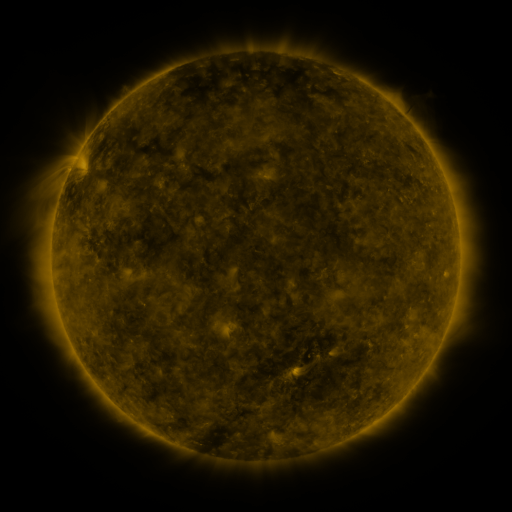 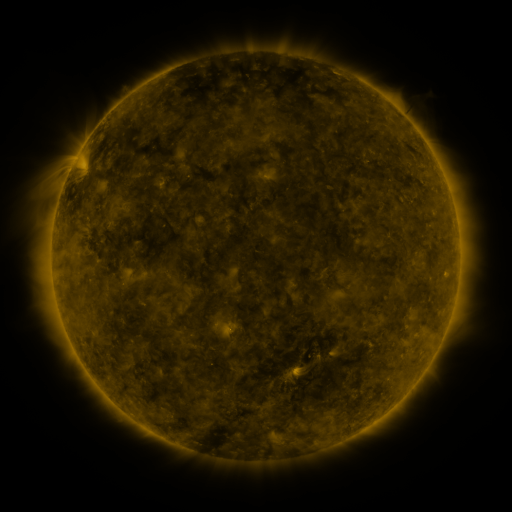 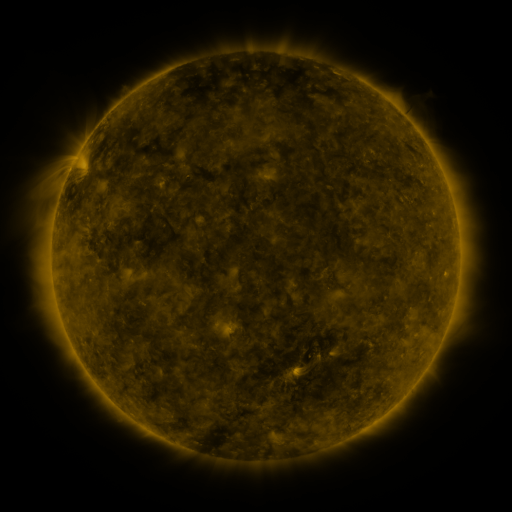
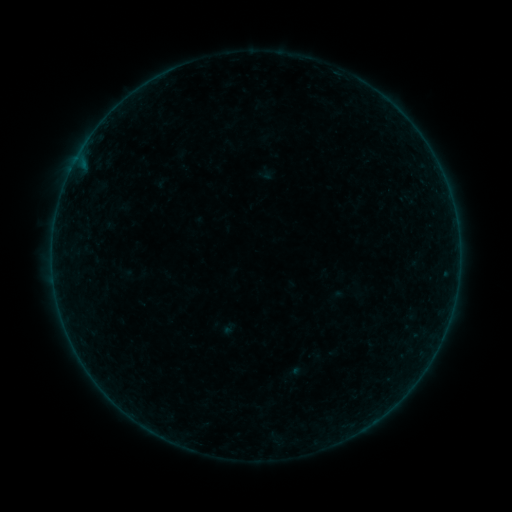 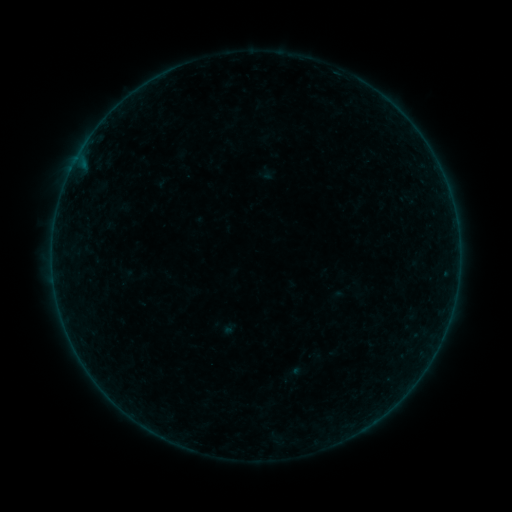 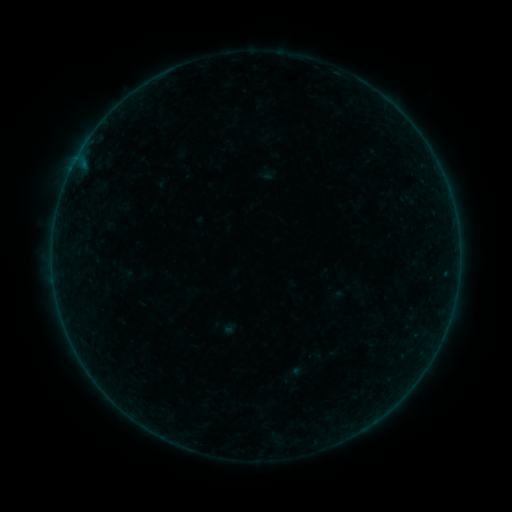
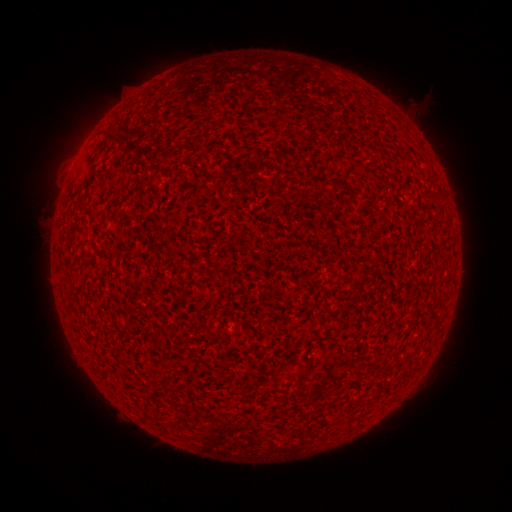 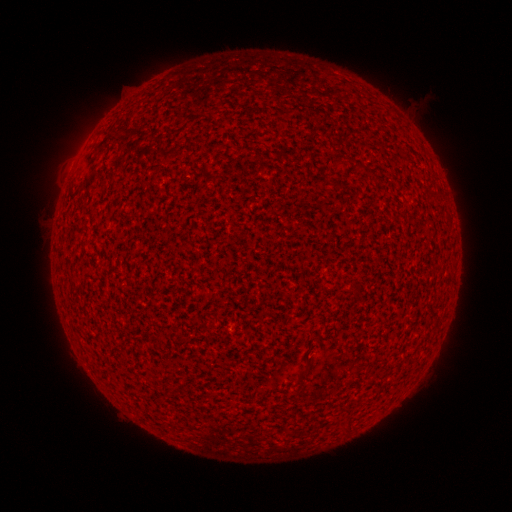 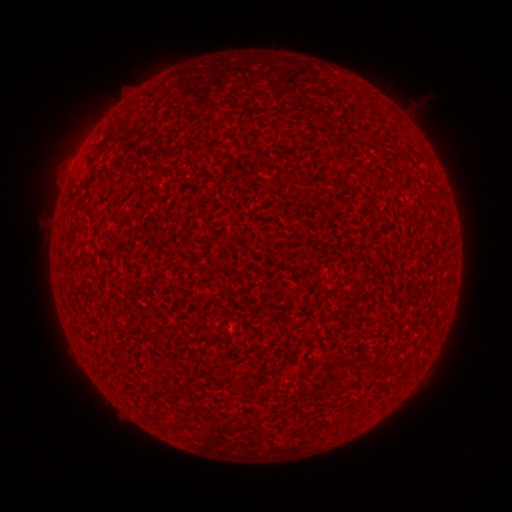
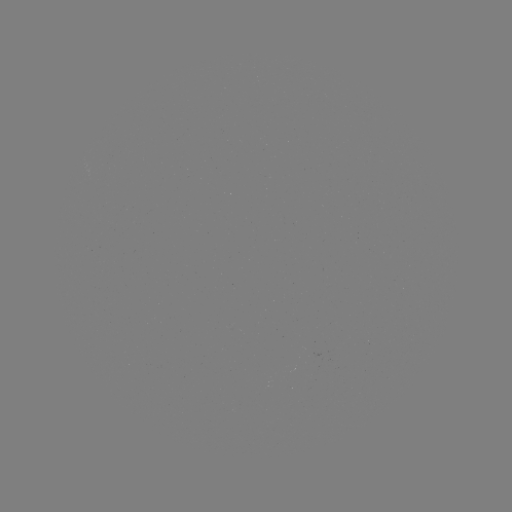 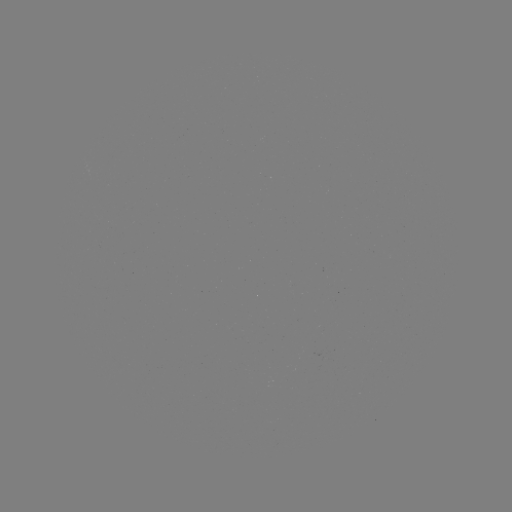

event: flare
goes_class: A2.0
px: (72, 172)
